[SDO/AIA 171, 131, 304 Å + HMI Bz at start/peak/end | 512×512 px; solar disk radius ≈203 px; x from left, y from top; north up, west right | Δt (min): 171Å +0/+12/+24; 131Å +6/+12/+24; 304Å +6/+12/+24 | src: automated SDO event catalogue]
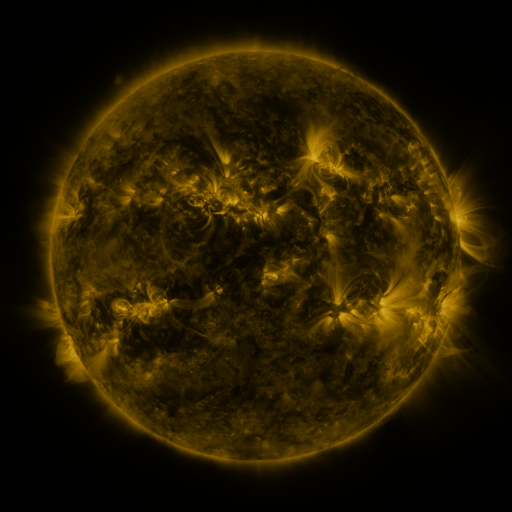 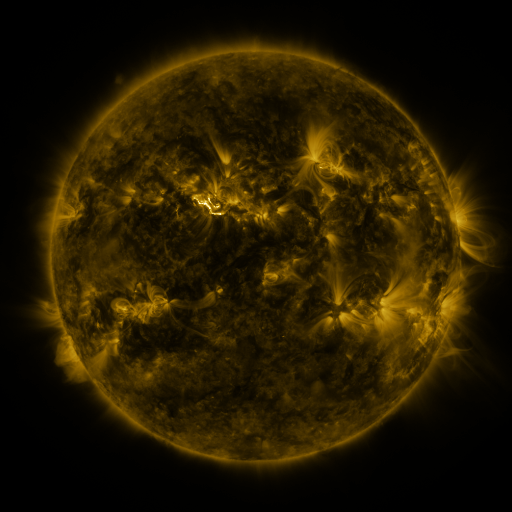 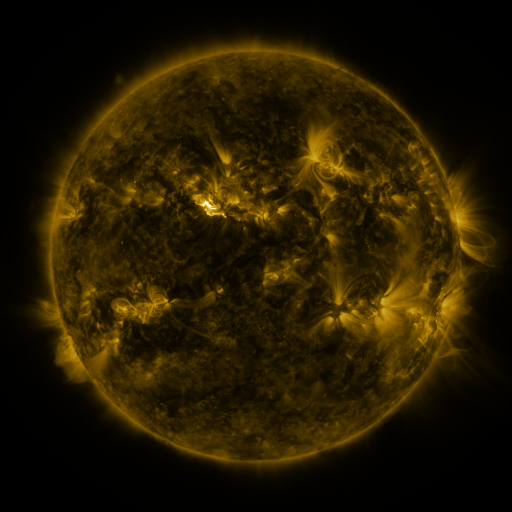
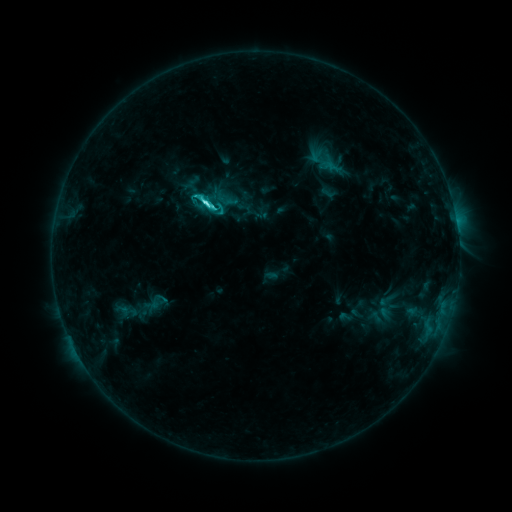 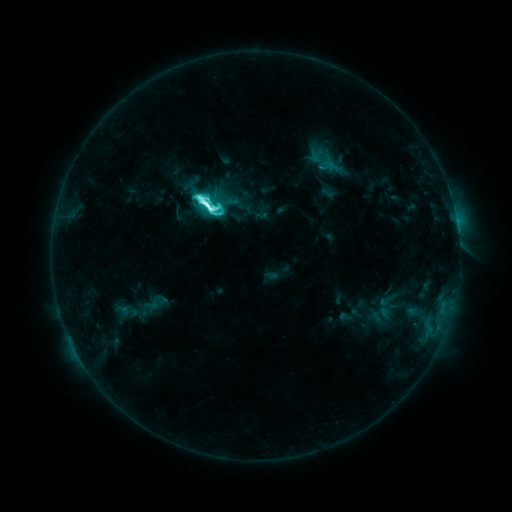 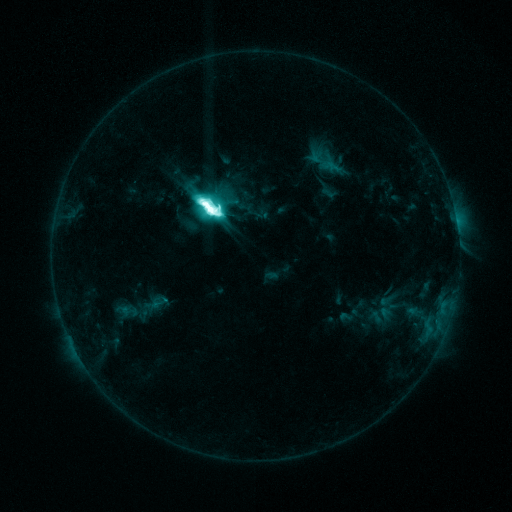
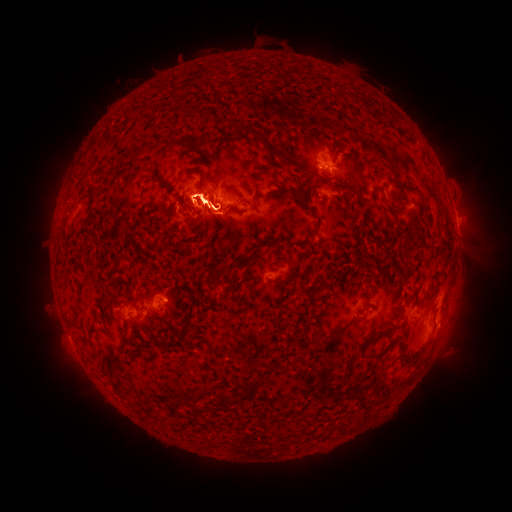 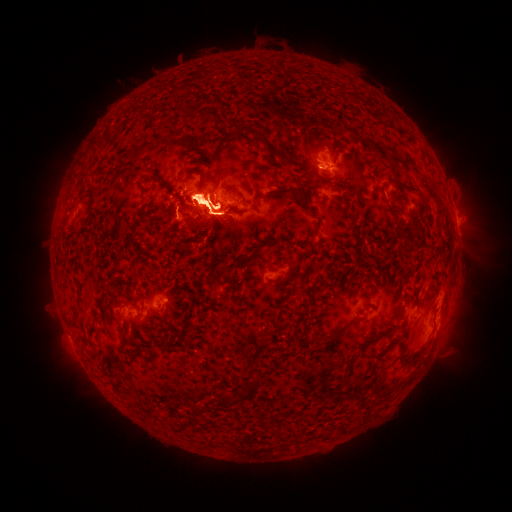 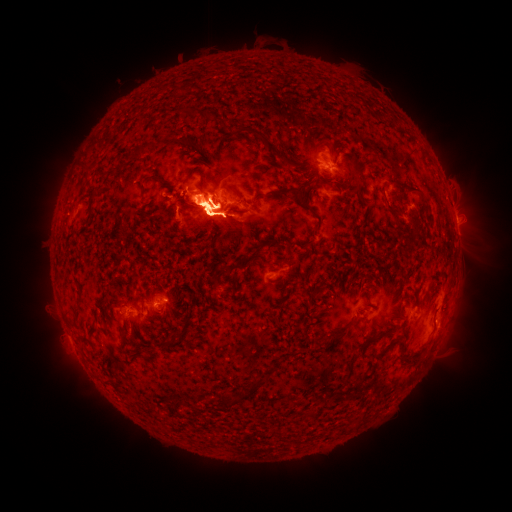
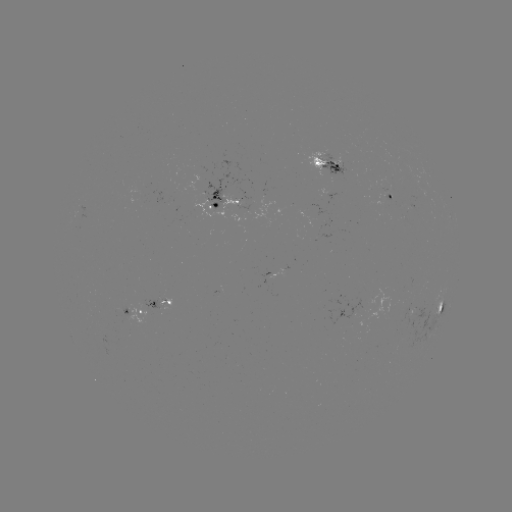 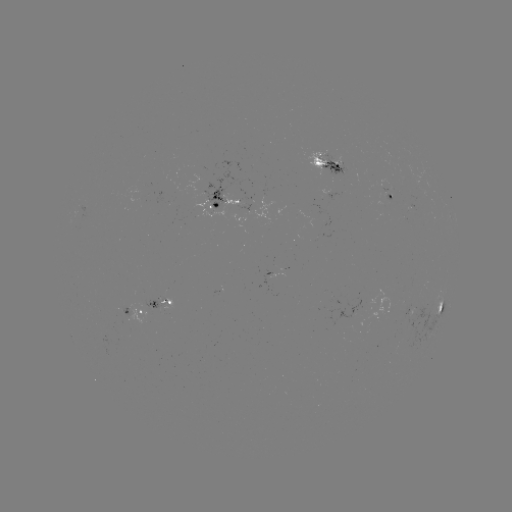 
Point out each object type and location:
eruption: (118, 209)
